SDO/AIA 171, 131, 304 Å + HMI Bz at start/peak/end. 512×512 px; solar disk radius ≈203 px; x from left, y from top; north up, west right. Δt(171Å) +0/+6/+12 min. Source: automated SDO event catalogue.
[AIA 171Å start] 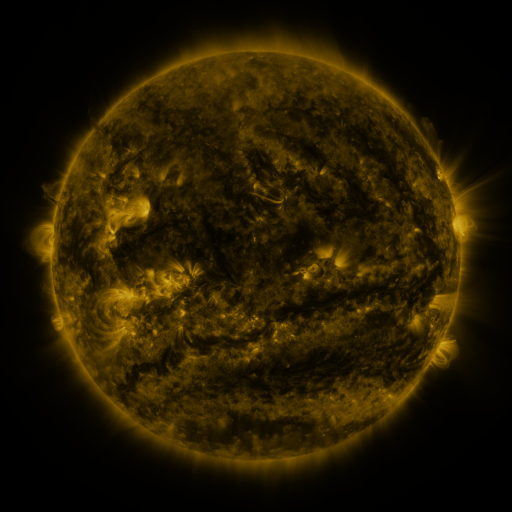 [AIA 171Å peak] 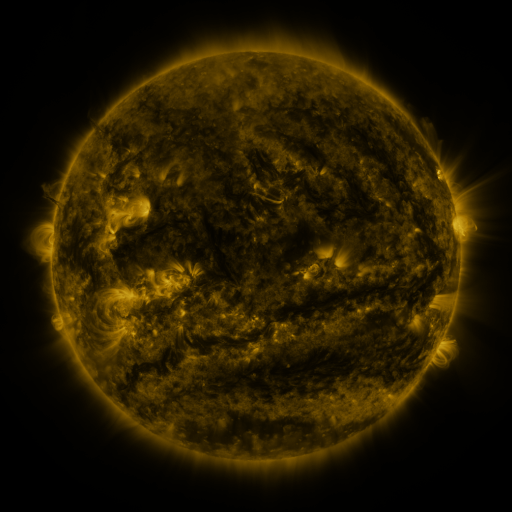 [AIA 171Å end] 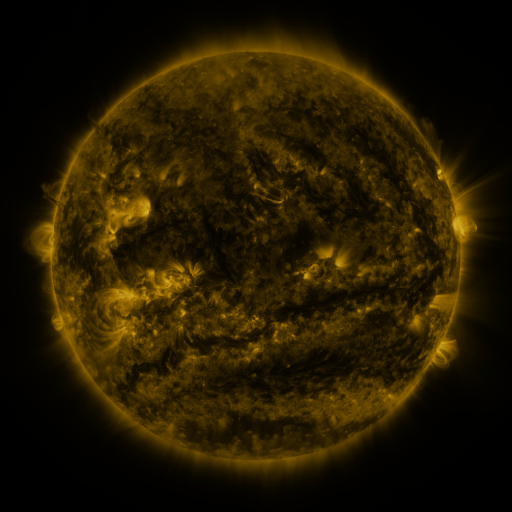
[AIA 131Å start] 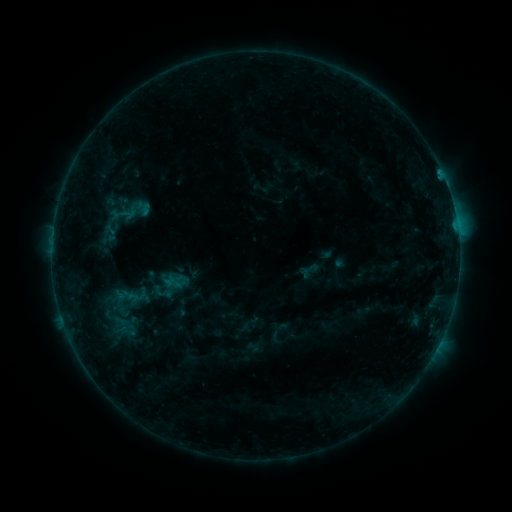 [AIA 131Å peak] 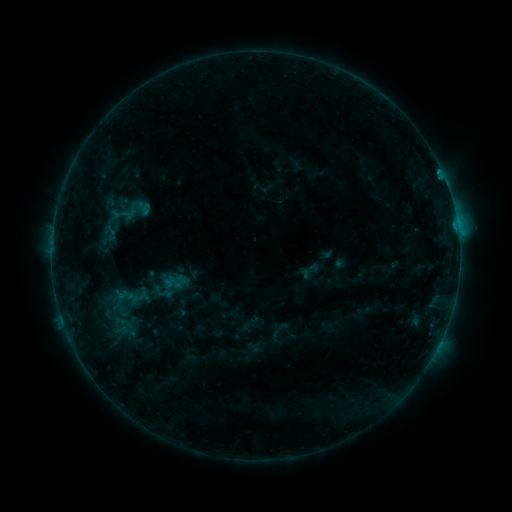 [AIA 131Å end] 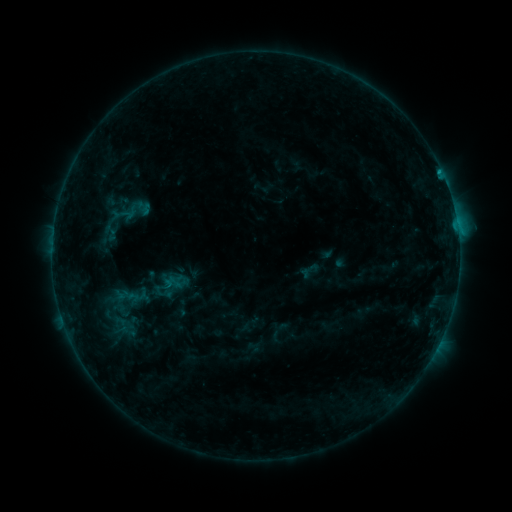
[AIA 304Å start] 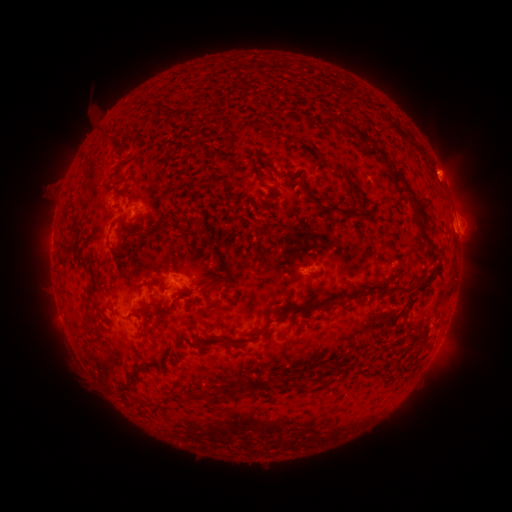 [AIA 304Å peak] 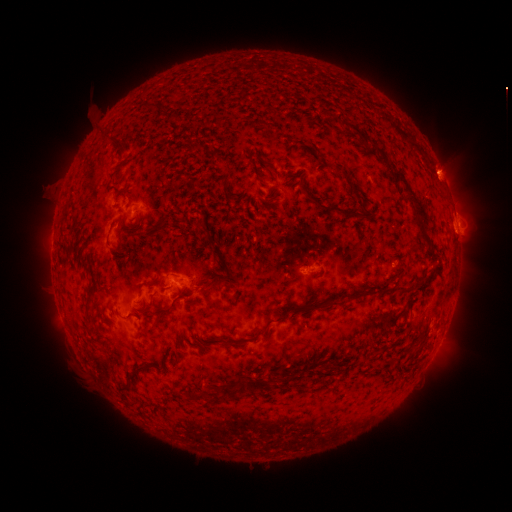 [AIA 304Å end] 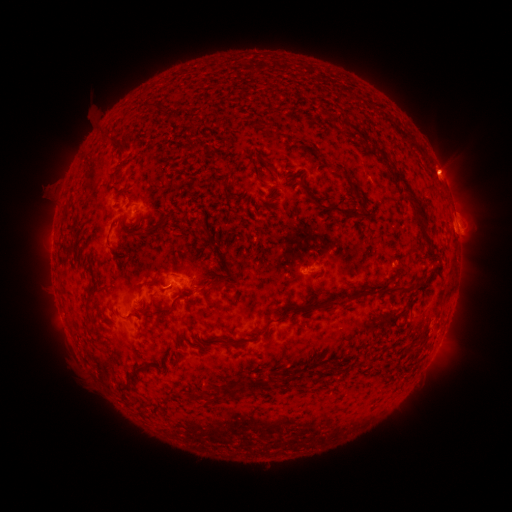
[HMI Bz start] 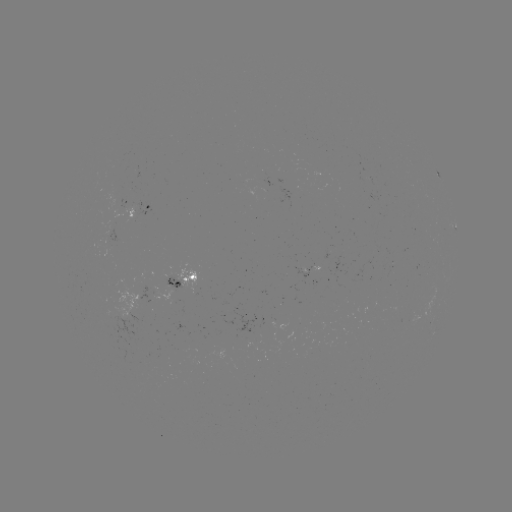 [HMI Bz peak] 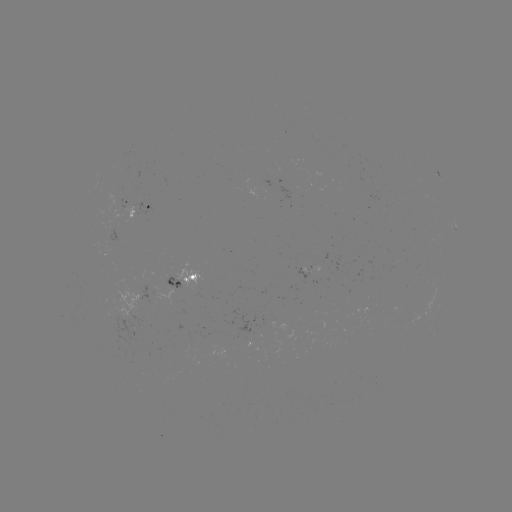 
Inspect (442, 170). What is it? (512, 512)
eruption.